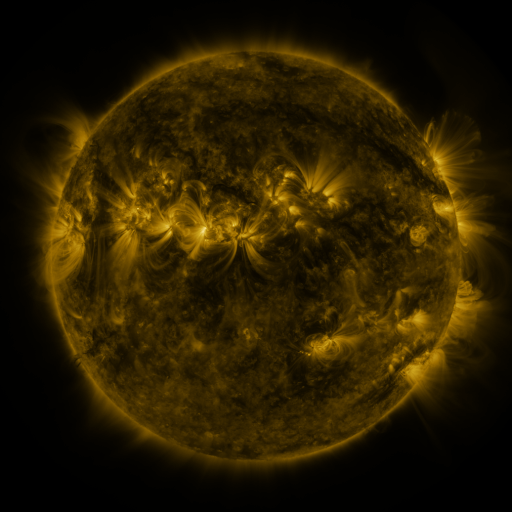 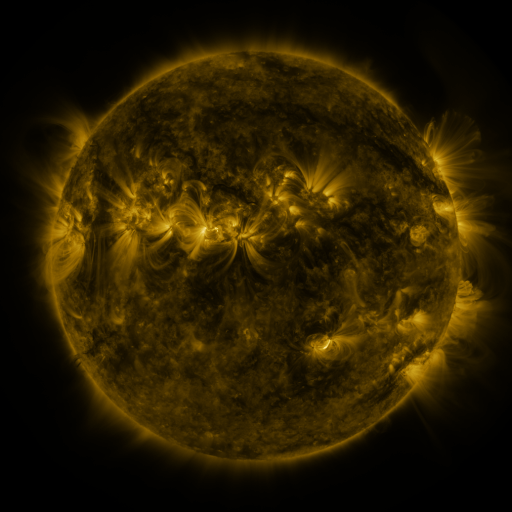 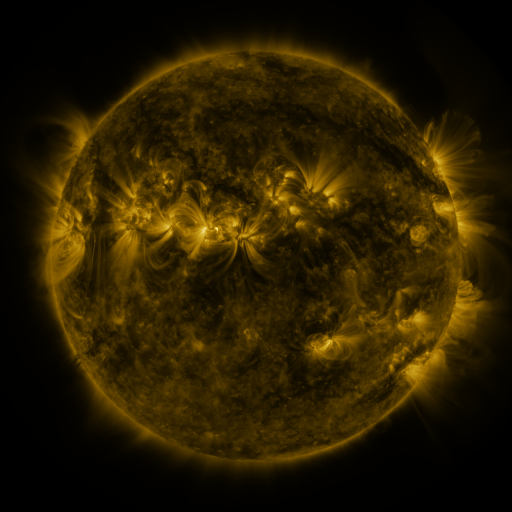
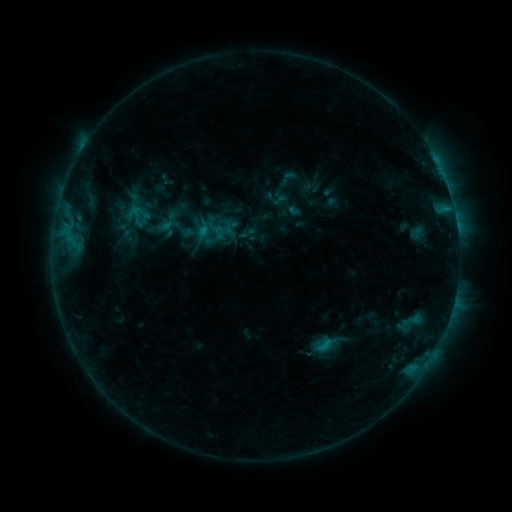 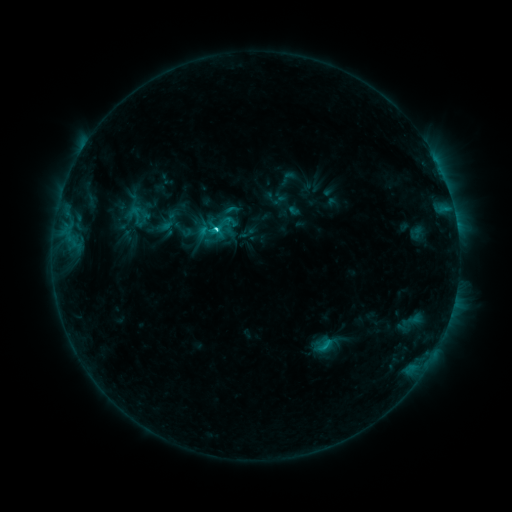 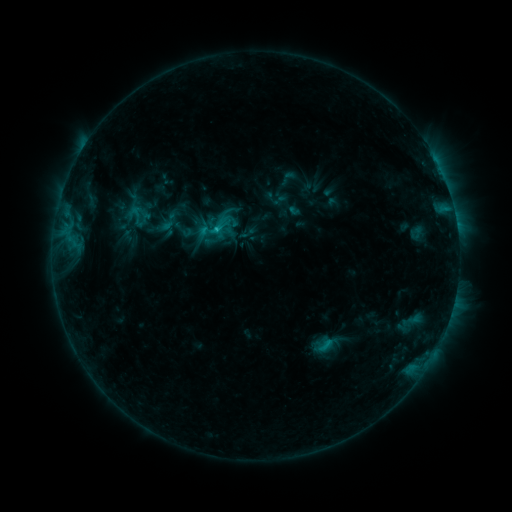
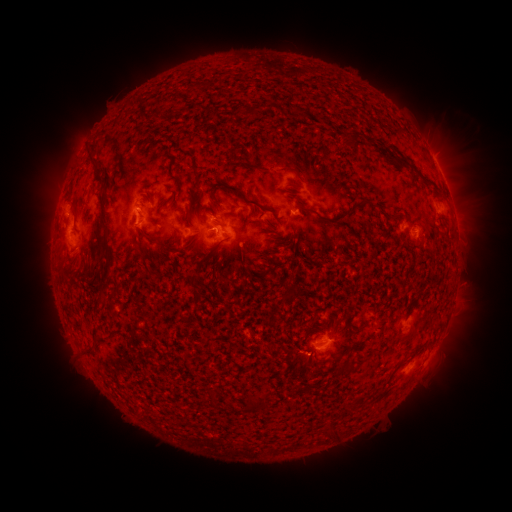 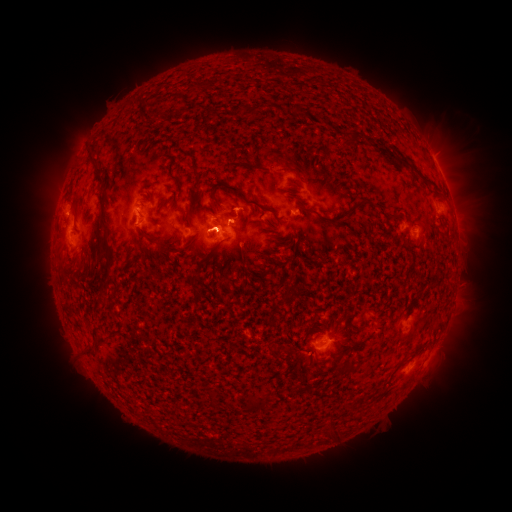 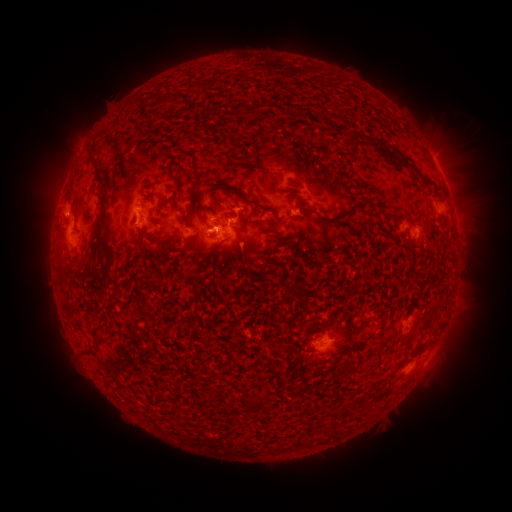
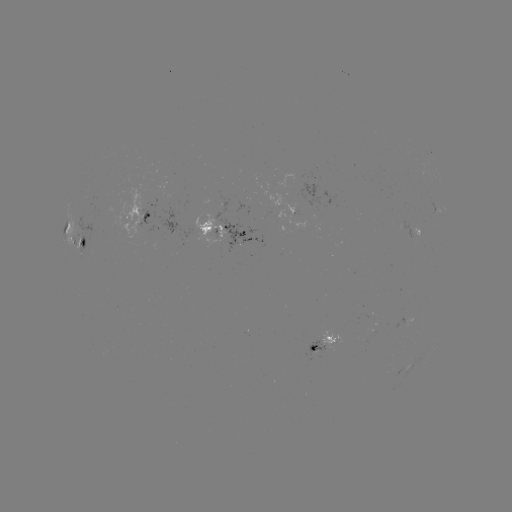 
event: flare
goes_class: C2.5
